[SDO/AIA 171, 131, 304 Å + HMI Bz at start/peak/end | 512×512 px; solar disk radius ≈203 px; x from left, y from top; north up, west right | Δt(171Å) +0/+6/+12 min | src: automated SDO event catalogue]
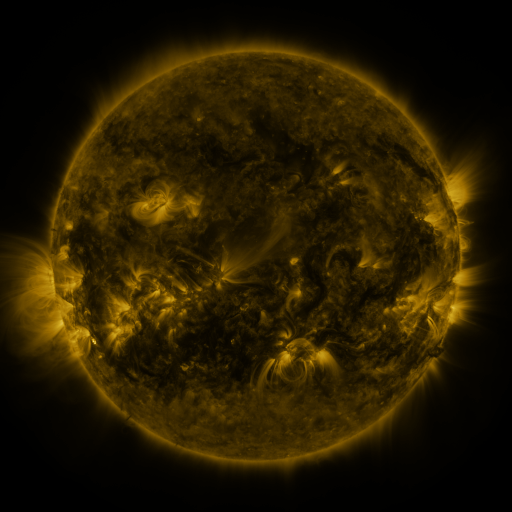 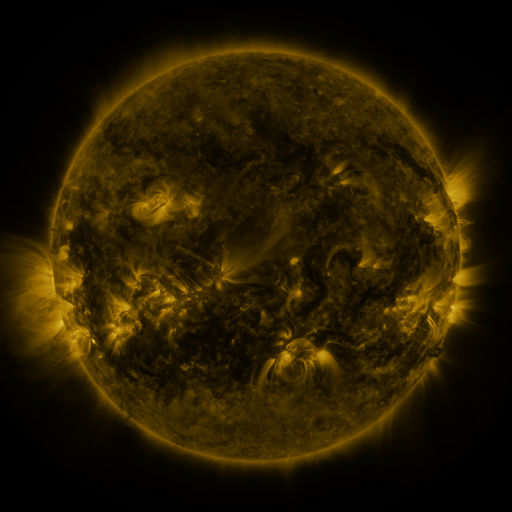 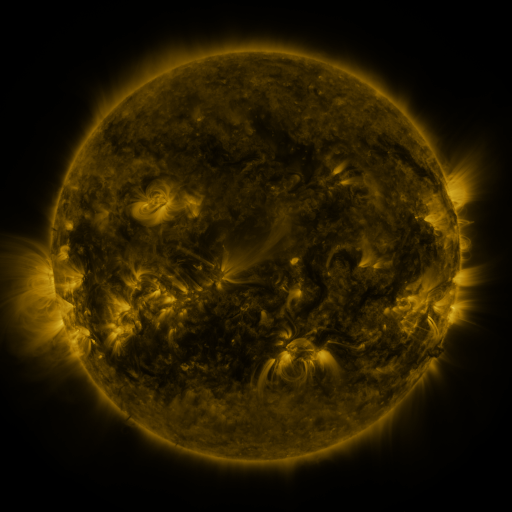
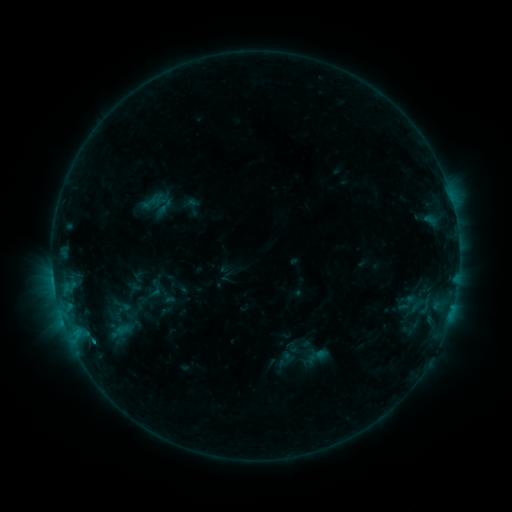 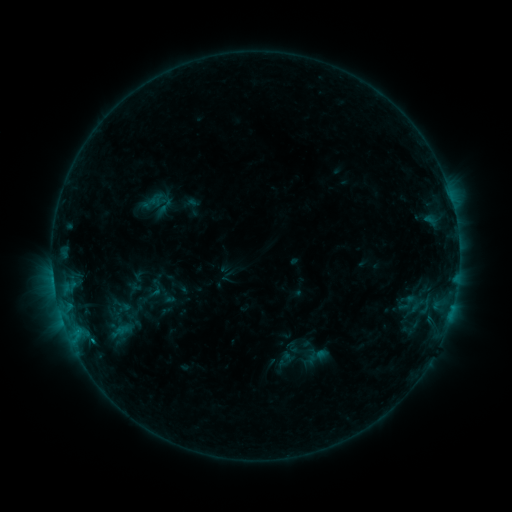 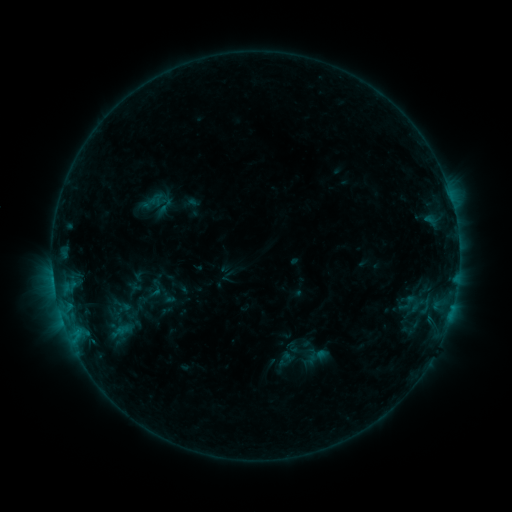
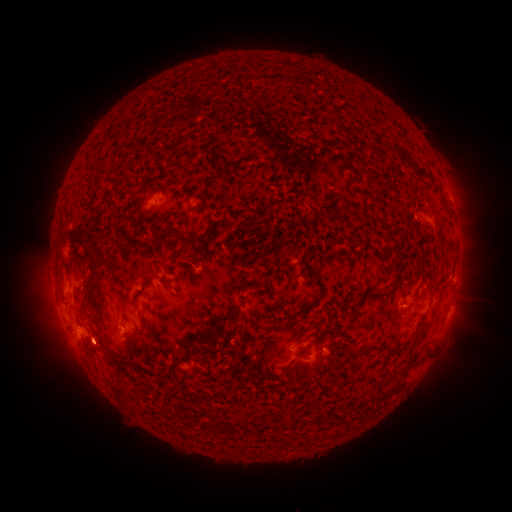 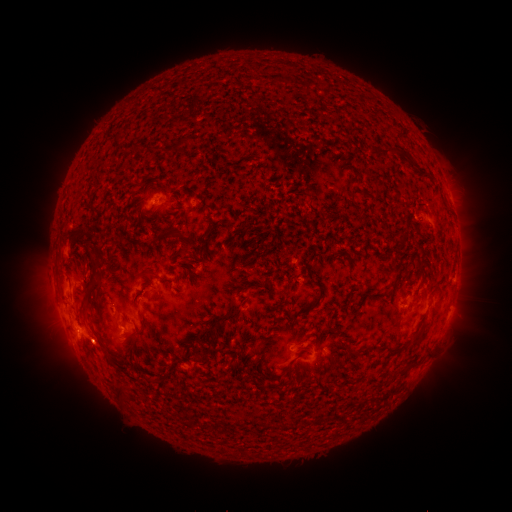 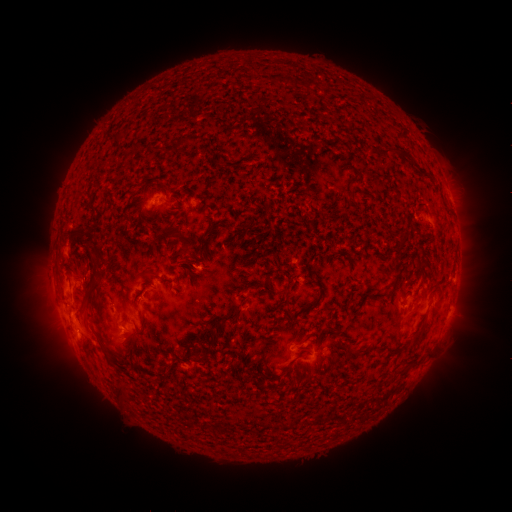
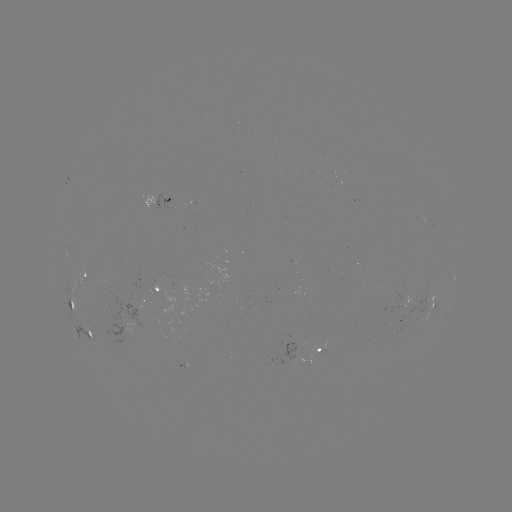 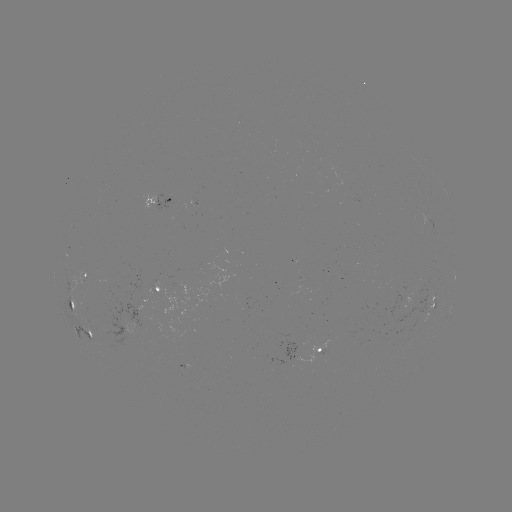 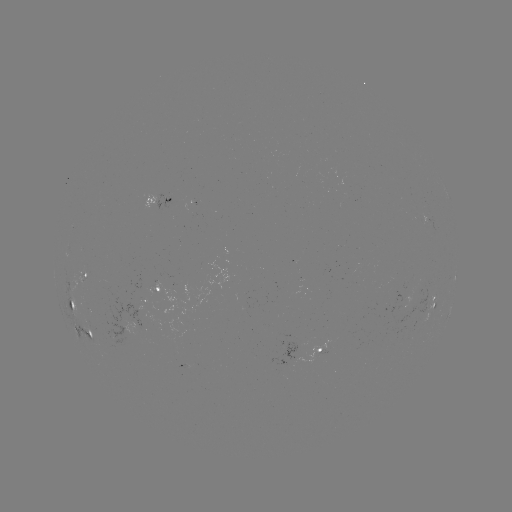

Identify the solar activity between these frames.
eruption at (79, 335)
